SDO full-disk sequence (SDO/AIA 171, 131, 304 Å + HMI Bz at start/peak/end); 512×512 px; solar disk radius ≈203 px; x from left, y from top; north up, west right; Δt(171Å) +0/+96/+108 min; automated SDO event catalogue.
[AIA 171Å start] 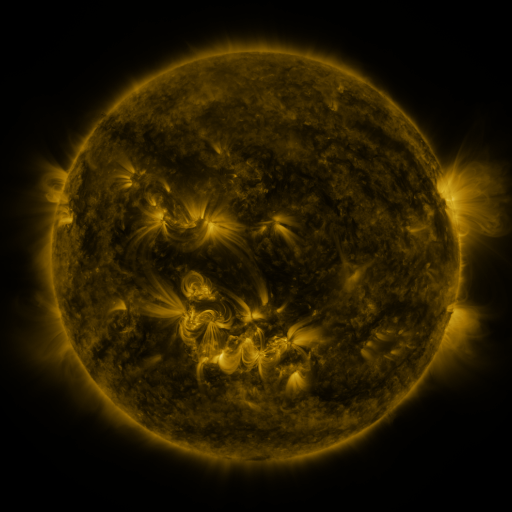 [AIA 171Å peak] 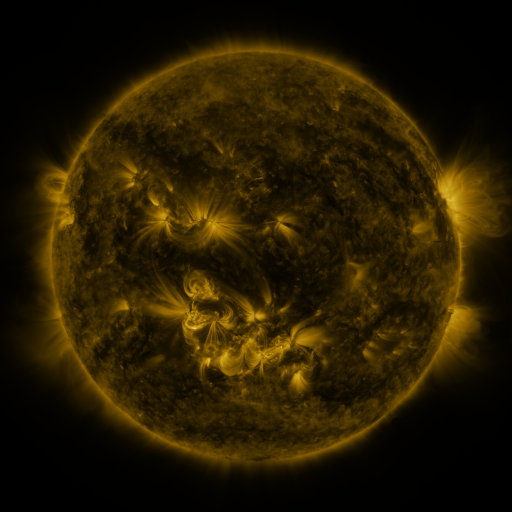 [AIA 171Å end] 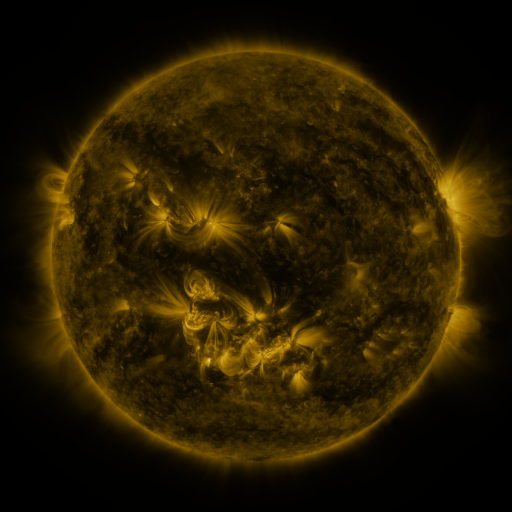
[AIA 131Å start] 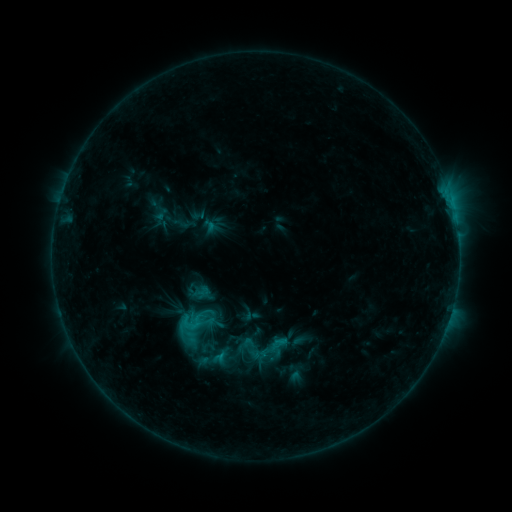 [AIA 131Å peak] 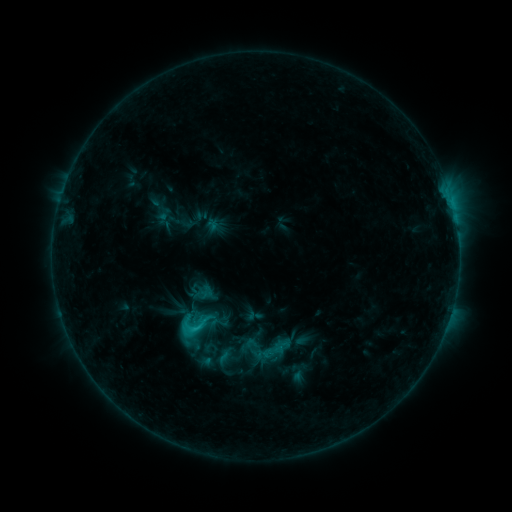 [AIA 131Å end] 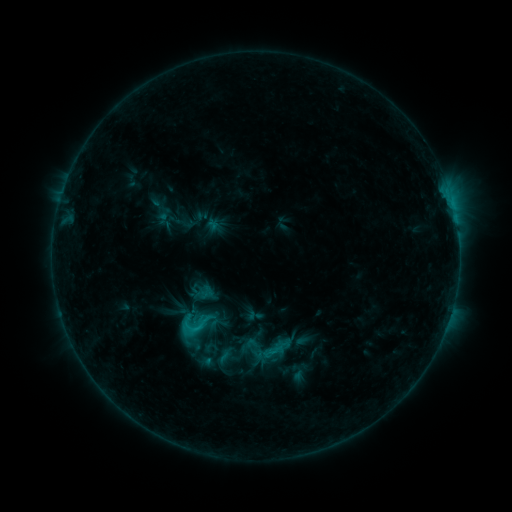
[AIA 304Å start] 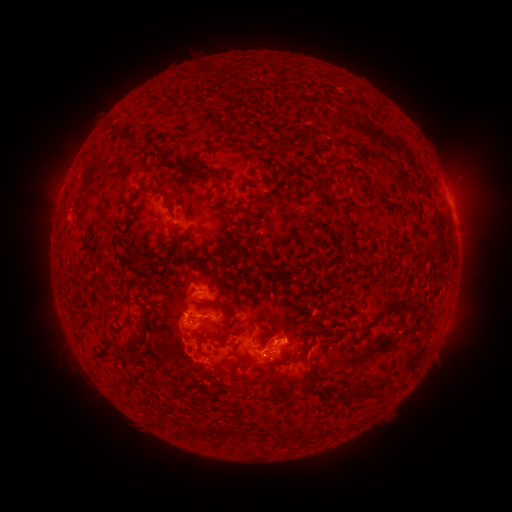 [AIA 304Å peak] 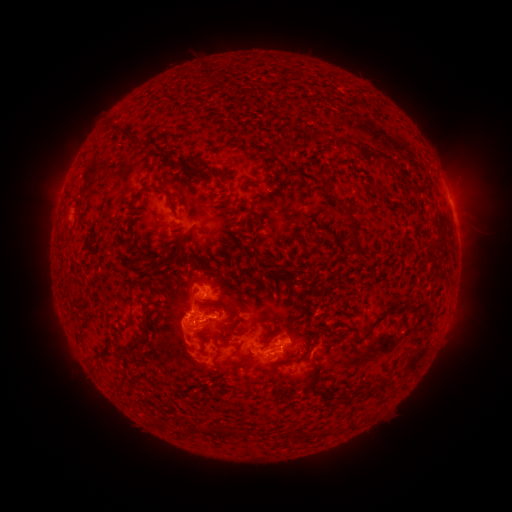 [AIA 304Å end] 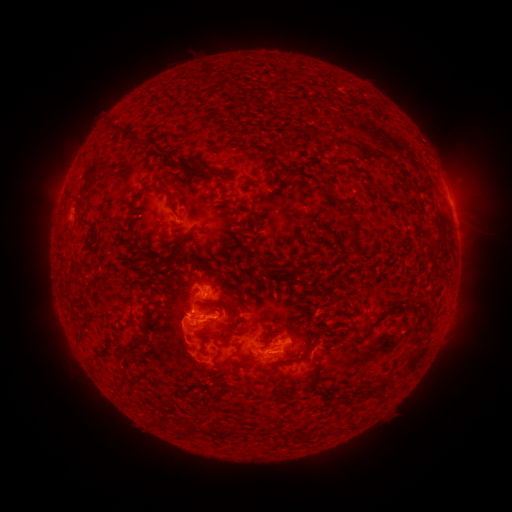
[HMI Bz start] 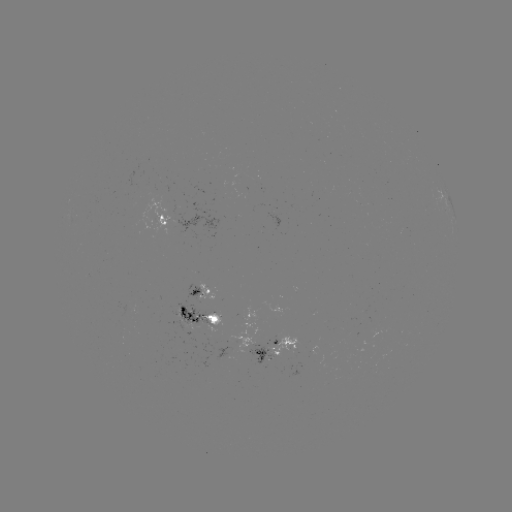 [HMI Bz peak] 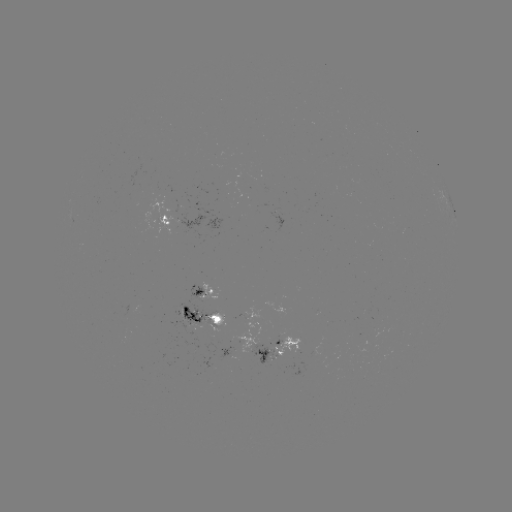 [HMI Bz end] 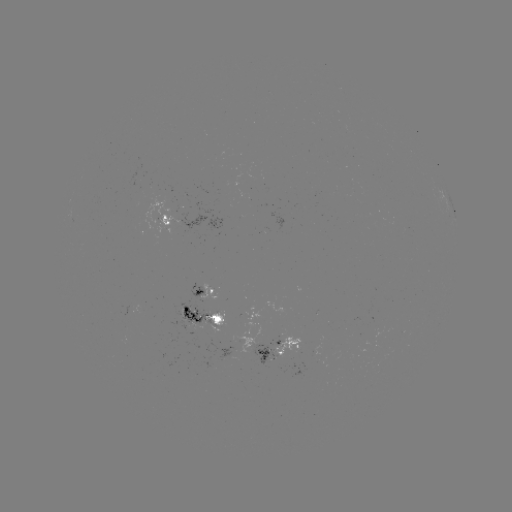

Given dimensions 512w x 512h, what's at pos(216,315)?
emerging-flux region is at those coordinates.